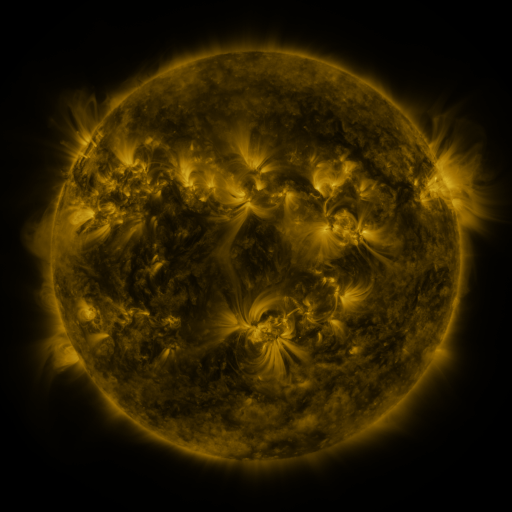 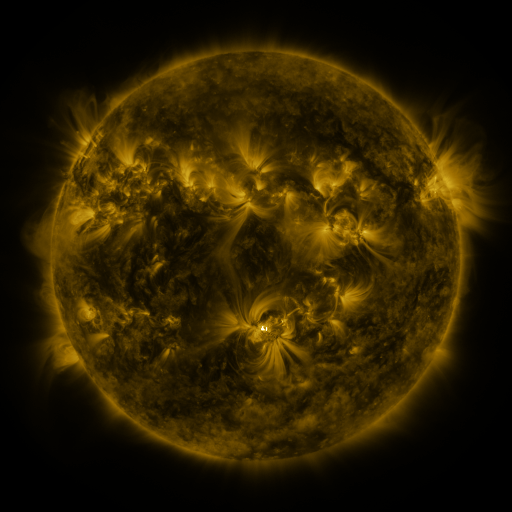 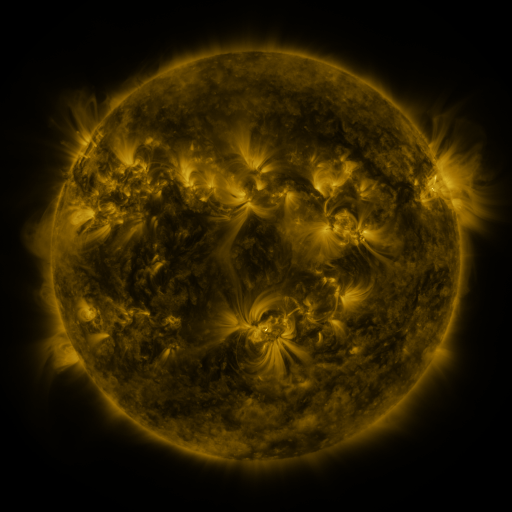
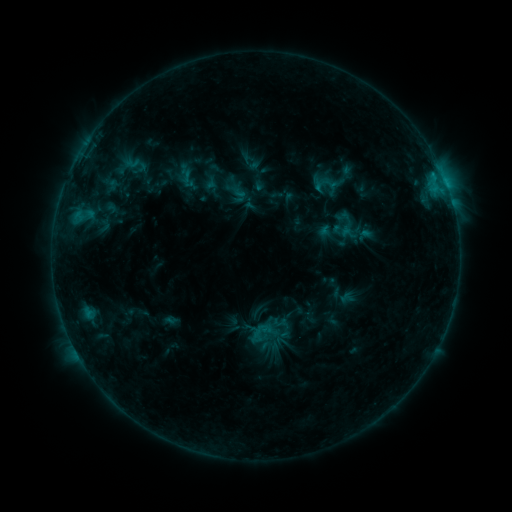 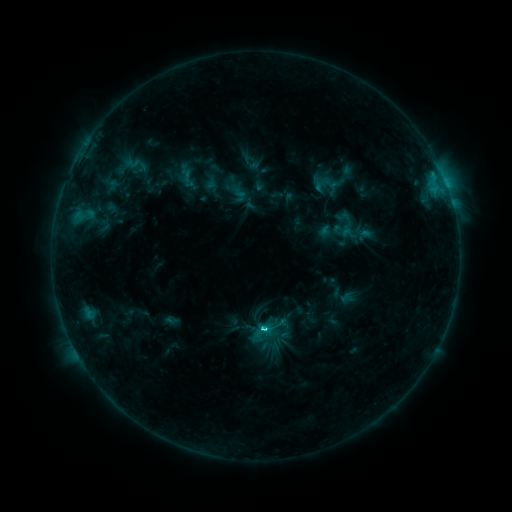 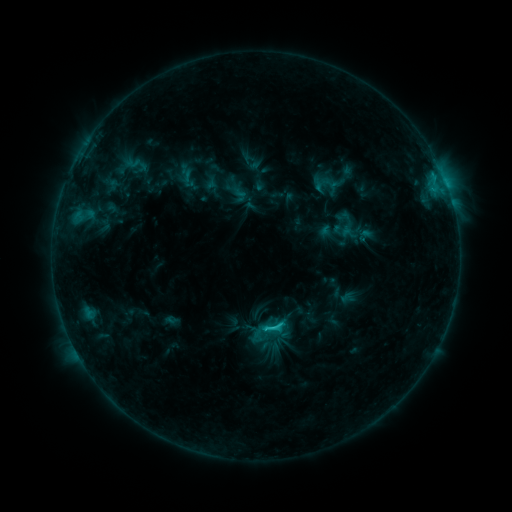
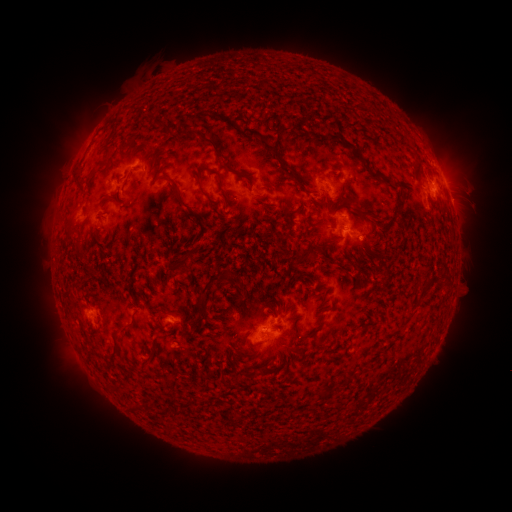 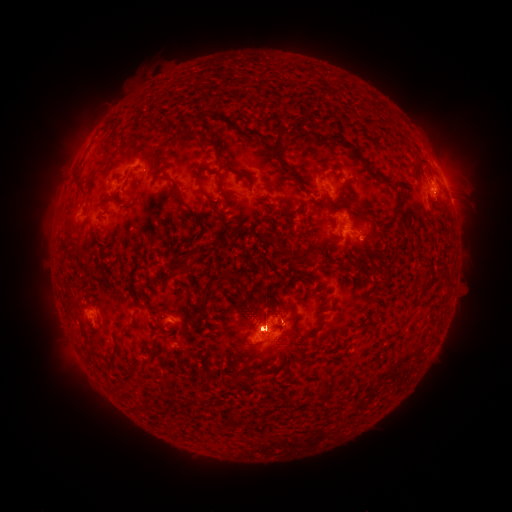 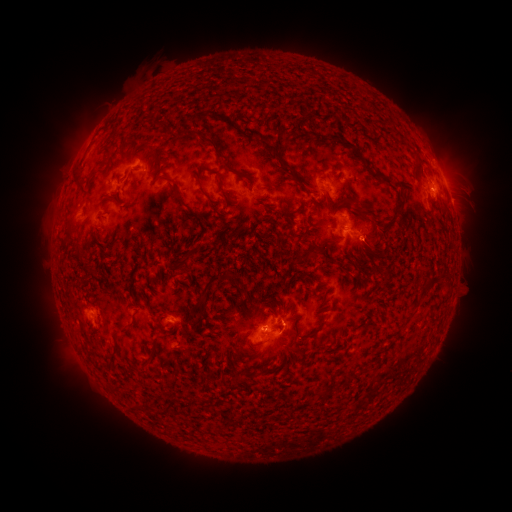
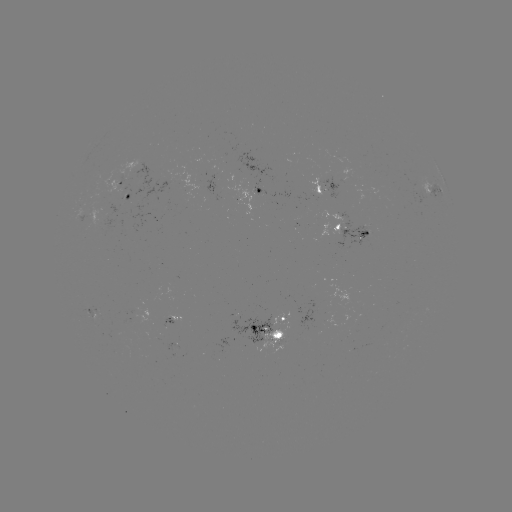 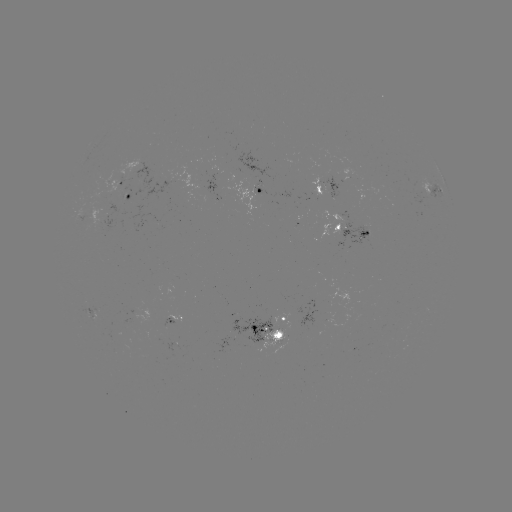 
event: flare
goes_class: C2.5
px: (262, 326)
